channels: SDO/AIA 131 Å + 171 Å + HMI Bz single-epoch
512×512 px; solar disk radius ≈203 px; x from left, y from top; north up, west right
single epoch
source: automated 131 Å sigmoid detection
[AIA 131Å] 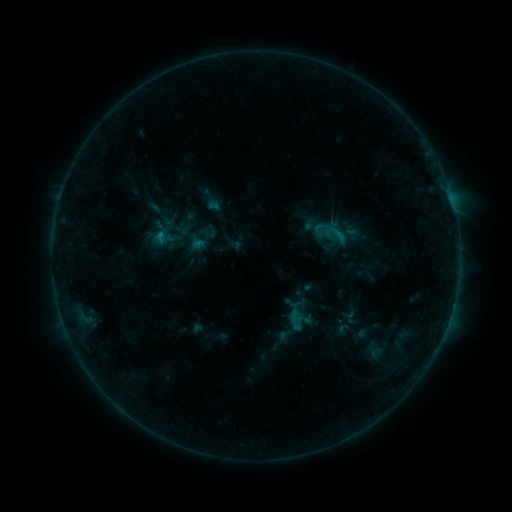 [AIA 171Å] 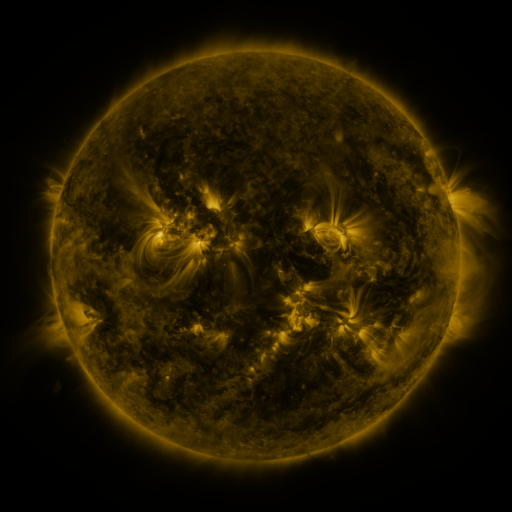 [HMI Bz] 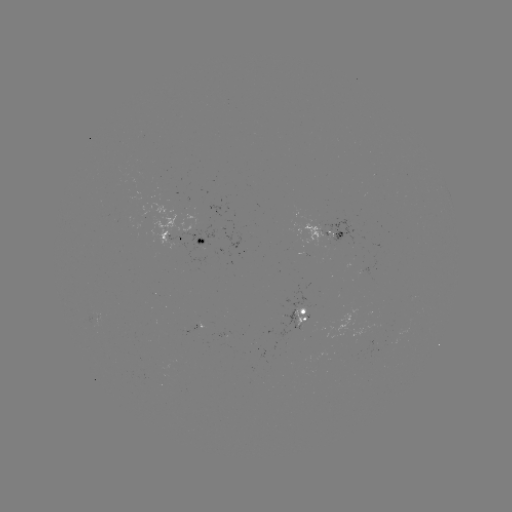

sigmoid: [167, 233, 186, 254]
